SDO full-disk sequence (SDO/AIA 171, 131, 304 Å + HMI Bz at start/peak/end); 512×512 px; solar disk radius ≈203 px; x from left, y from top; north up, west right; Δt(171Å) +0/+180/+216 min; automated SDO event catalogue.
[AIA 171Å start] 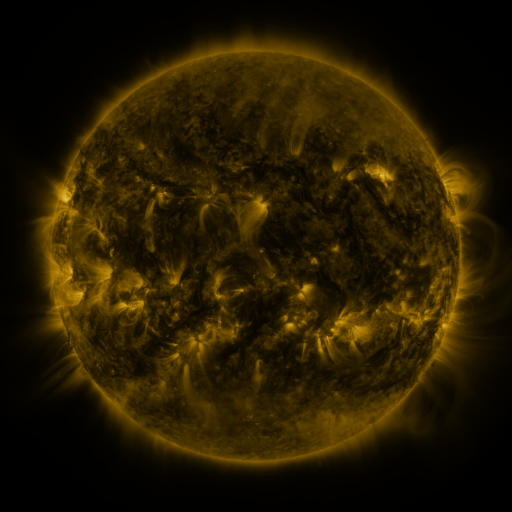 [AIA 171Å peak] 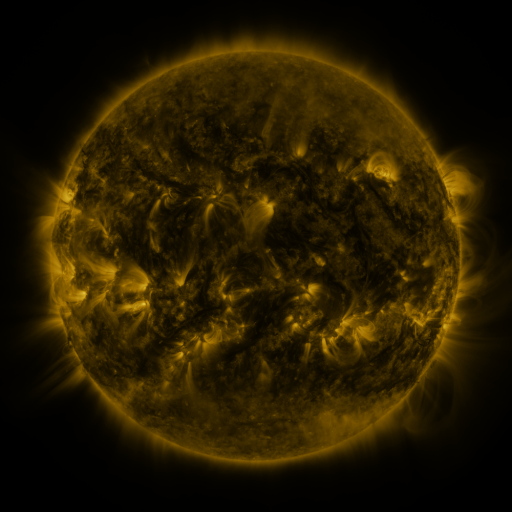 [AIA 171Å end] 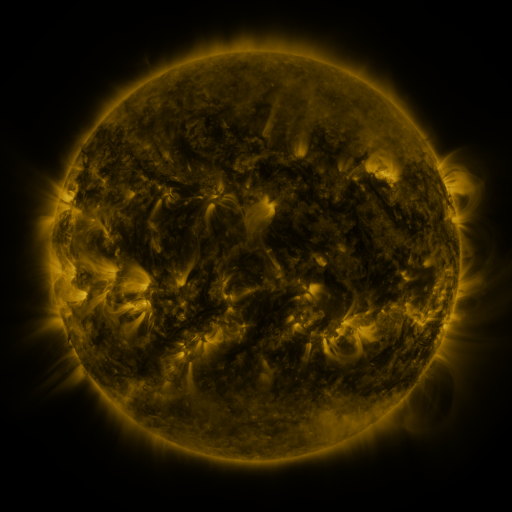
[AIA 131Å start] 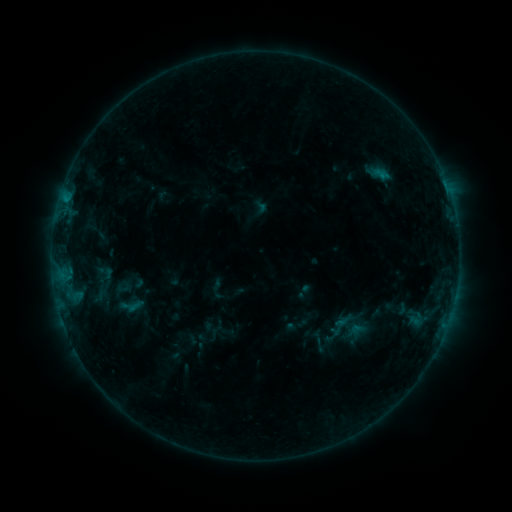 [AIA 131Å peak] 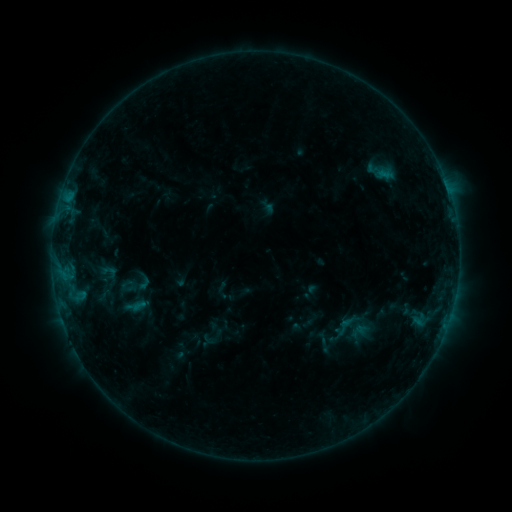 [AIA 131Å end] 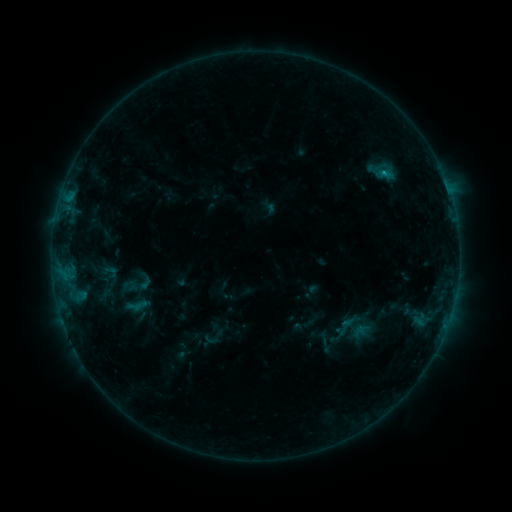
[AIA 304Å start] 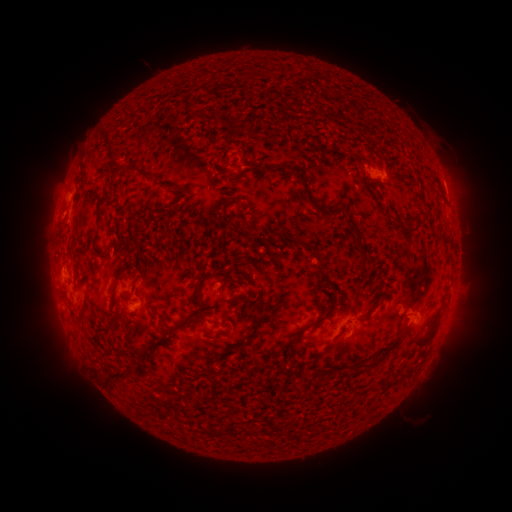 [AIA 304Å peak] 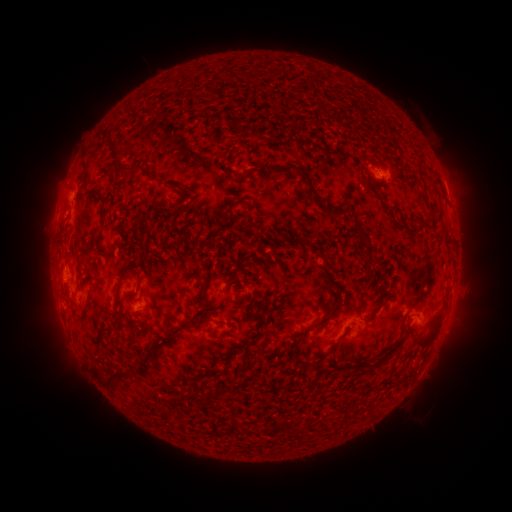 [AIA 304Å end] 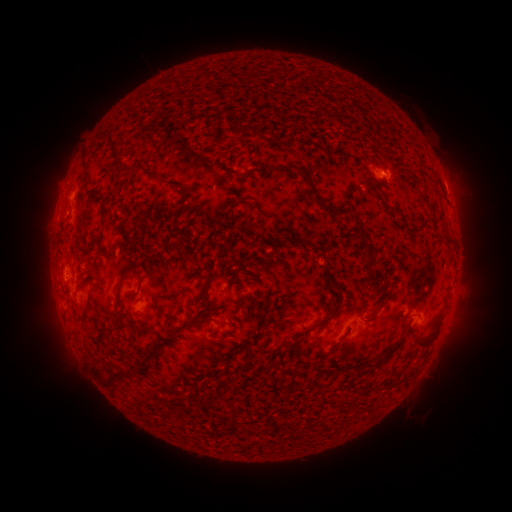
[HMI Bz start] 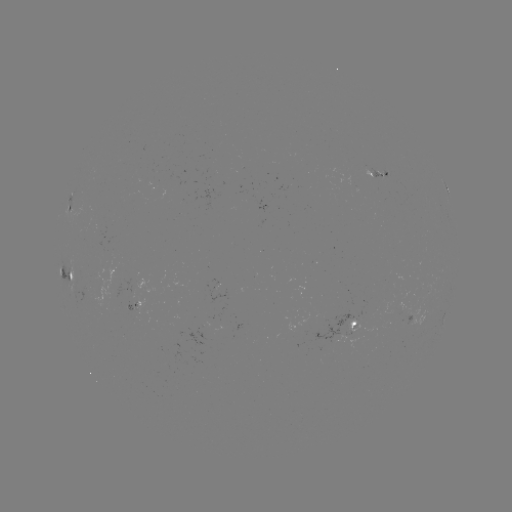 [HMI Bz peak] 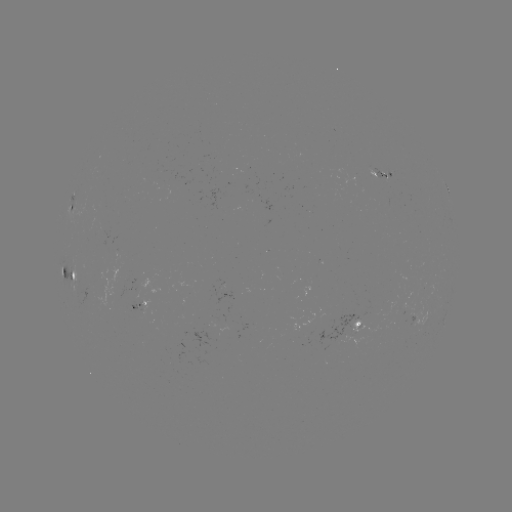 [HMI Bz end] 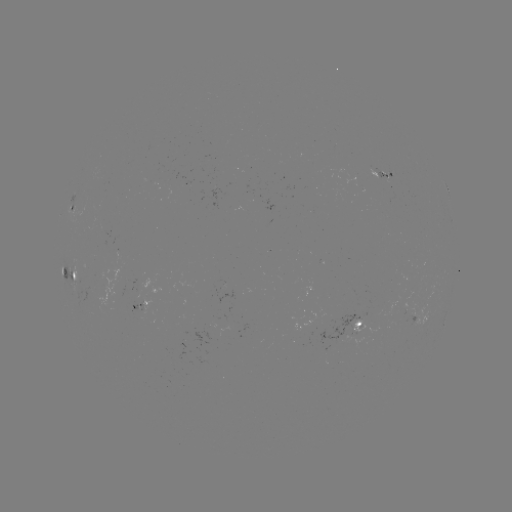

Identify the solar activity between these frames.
emerging-flux region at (420, 290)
